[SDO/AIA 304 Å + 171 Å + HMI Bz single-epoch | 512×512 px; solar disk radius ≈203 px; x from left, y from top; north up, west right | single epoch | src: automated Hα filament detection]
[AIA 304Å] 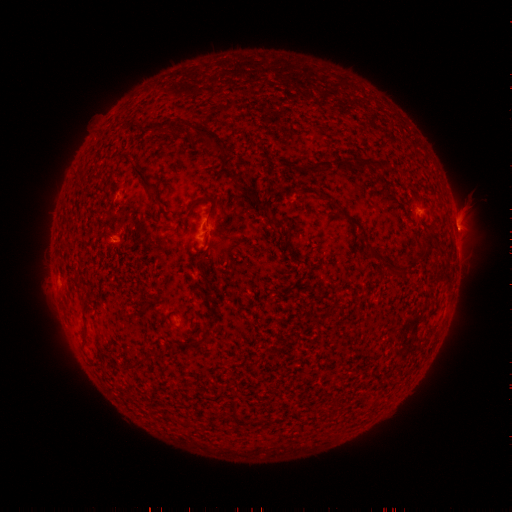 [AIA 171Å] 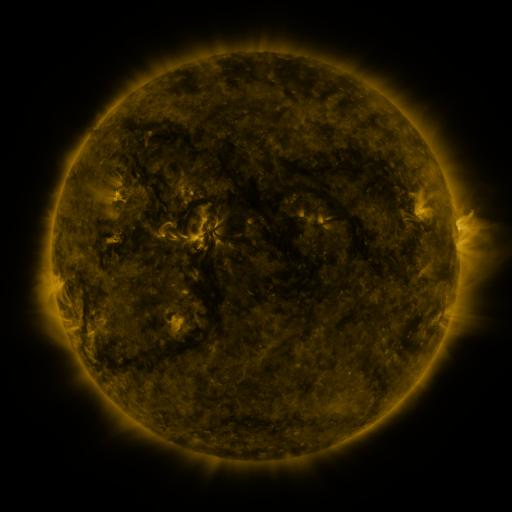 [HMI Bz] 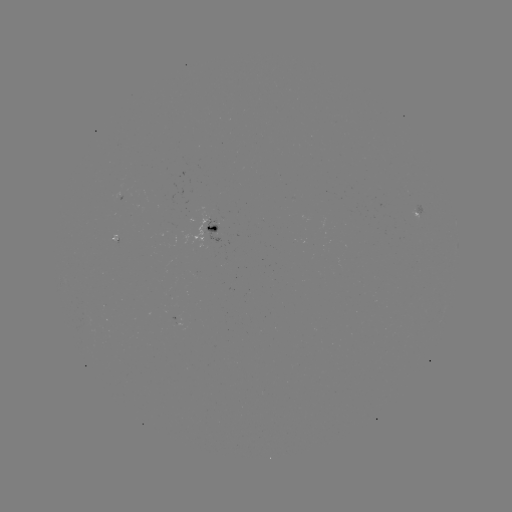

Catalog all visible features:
filament: (195, 125, 225, 152)
filament: (335, 160, 372, 175)
filament: (306, 161, 331, 172)
filament: (132, 164, 155, 192)
filament: (188, 195, 217, 217)
filament: (261, 204, 268, 214)
filament: (339, 212, 358, 226)
filament: (270, 215, 285, 227)
filament: (208, 224, 218, 232)
filament: (379, 254, 390, 262)
filament: (68, 273, 77, 281)
filament: (124, 356, 143, 368)
